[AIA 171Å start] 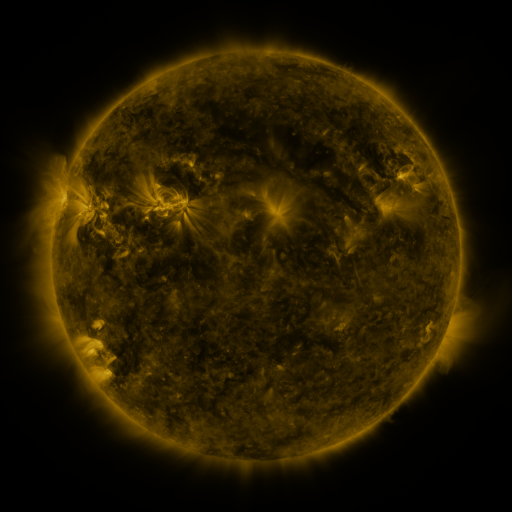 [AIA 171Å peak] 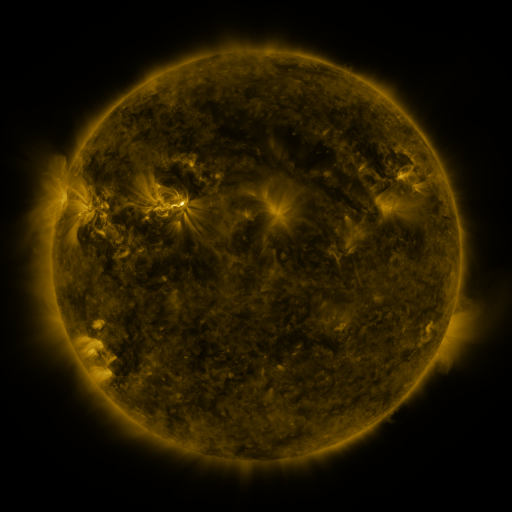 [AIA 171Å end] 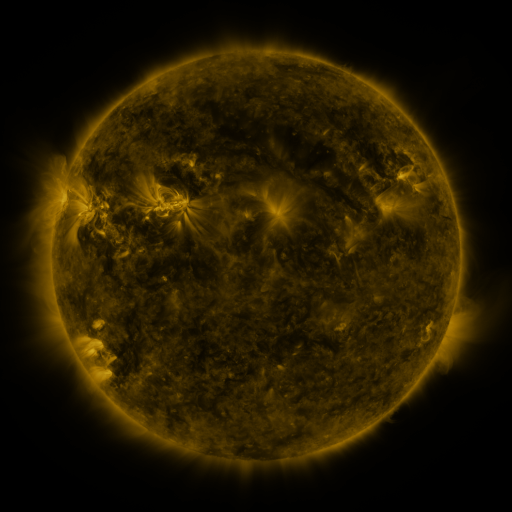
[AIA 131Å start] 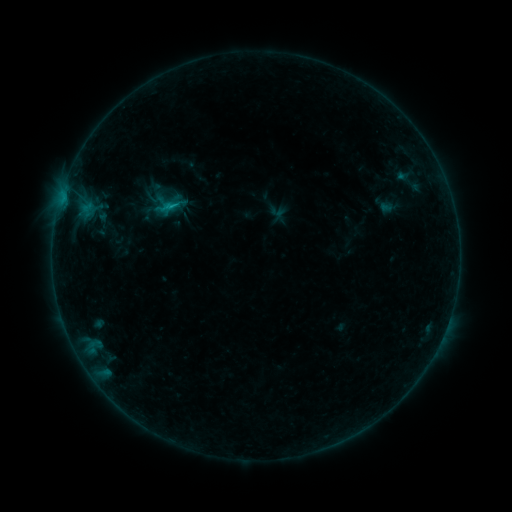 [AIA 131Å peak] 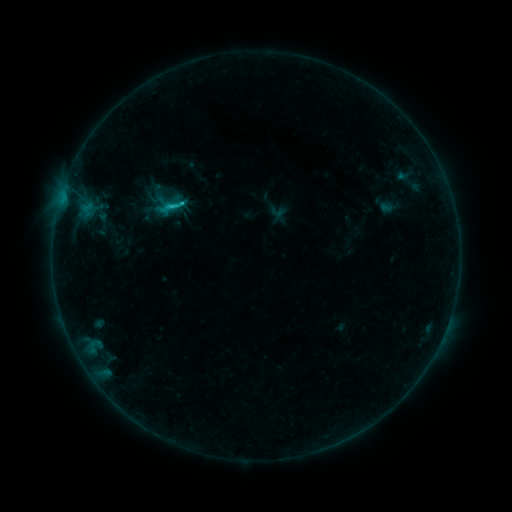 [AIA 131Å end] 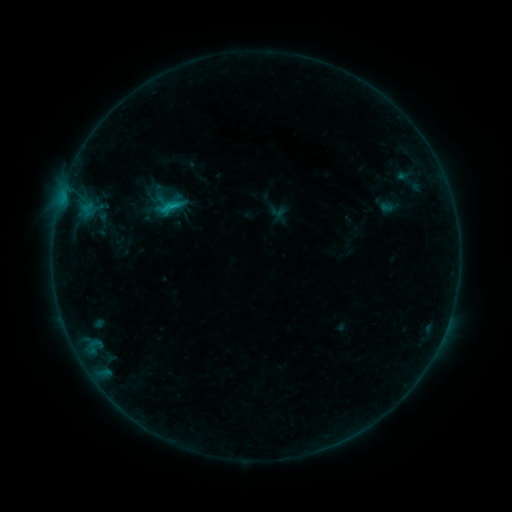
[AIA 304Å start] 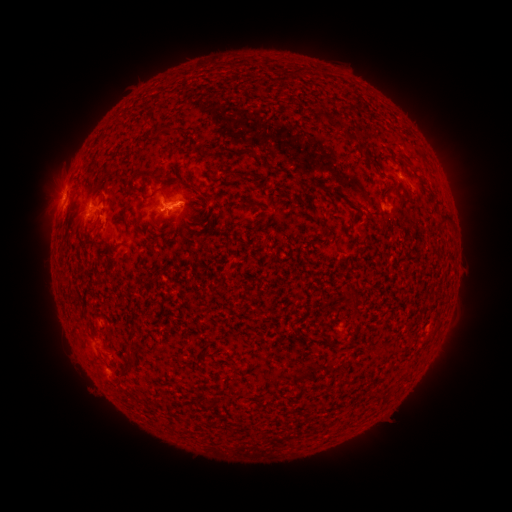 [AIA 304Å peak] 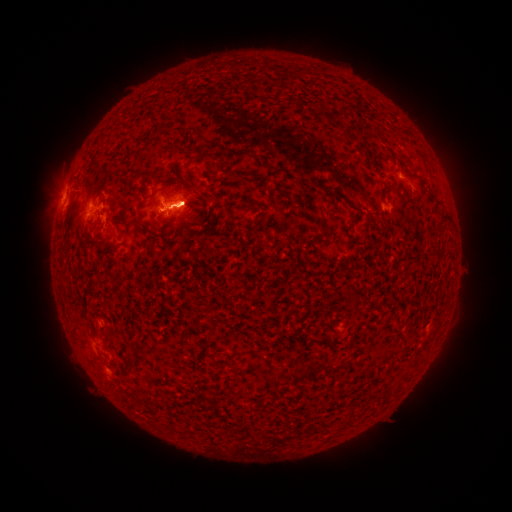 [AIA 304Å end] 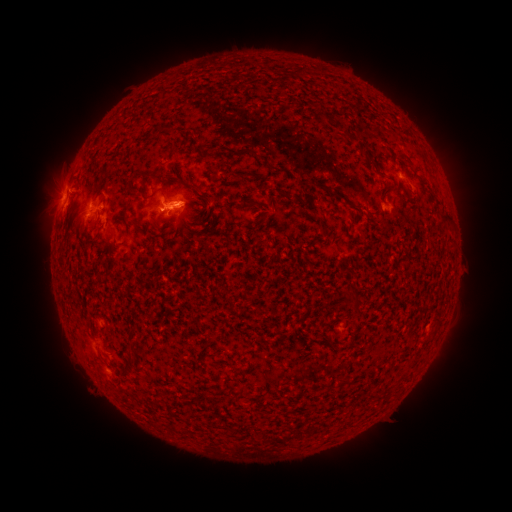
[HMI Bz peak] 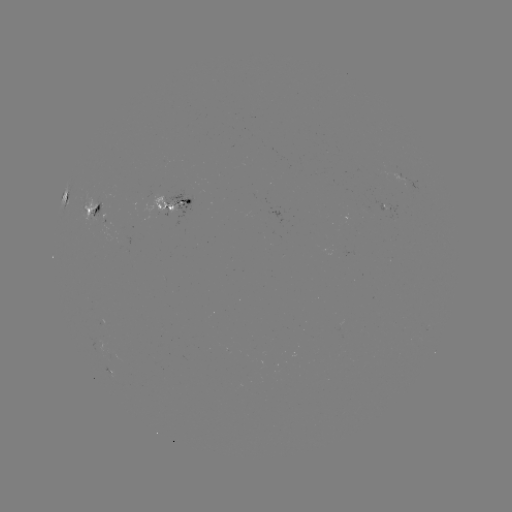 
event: flare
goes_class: C1.5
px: (167, 213)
